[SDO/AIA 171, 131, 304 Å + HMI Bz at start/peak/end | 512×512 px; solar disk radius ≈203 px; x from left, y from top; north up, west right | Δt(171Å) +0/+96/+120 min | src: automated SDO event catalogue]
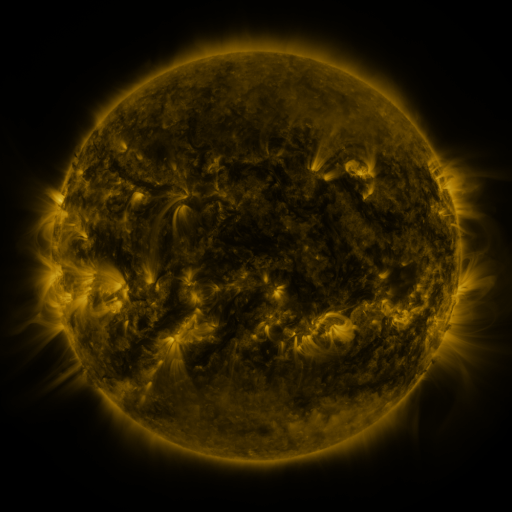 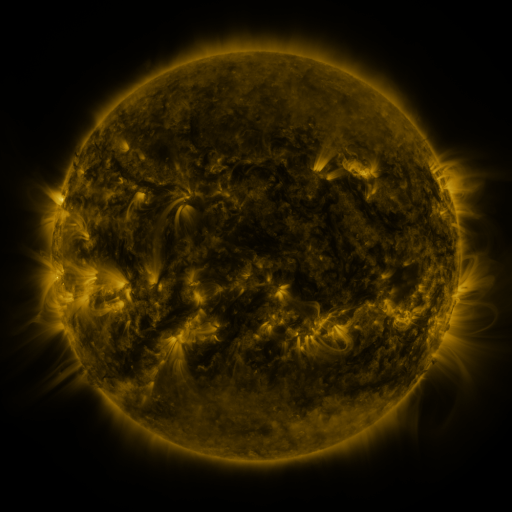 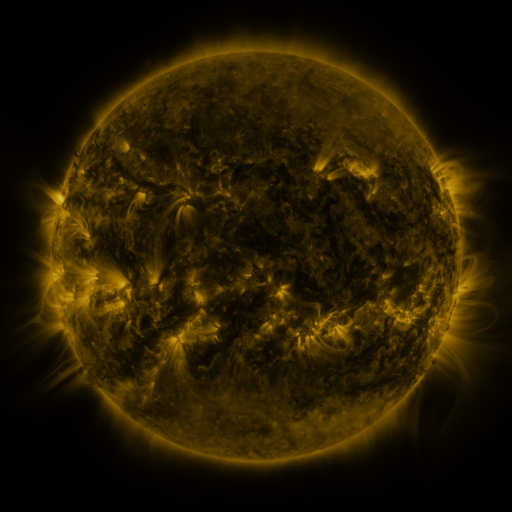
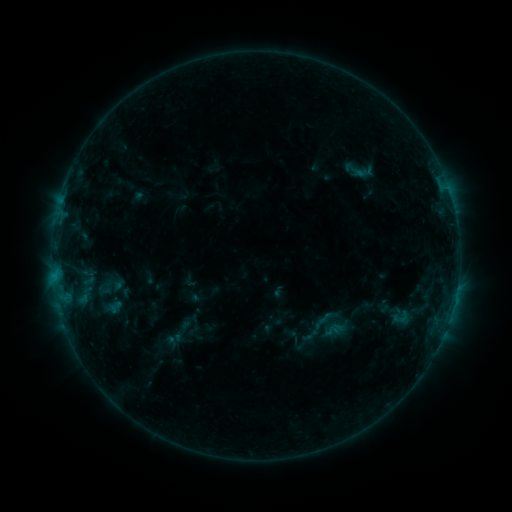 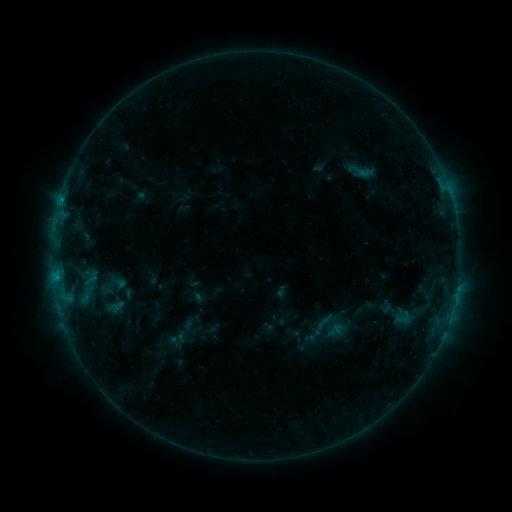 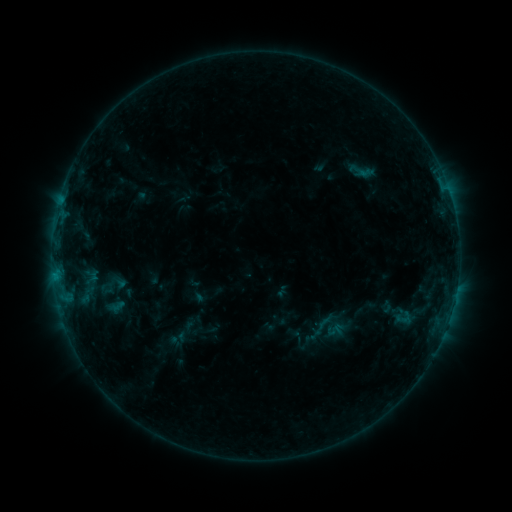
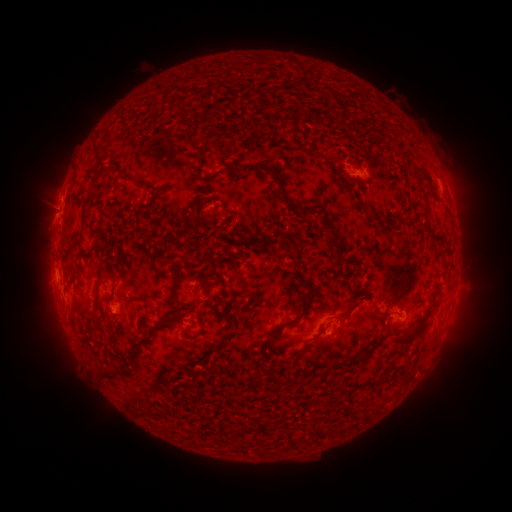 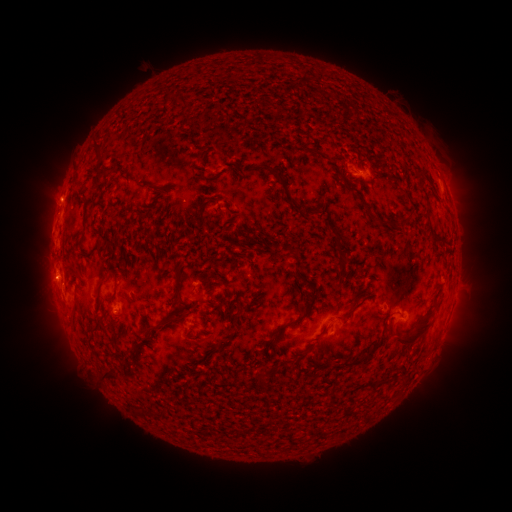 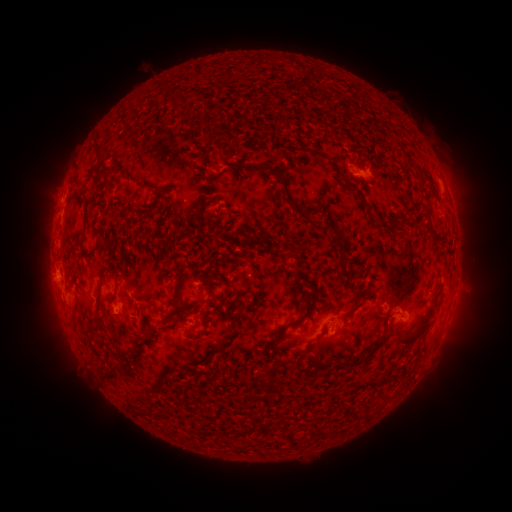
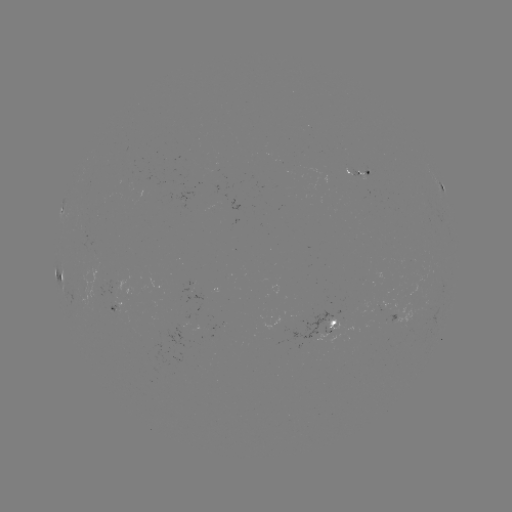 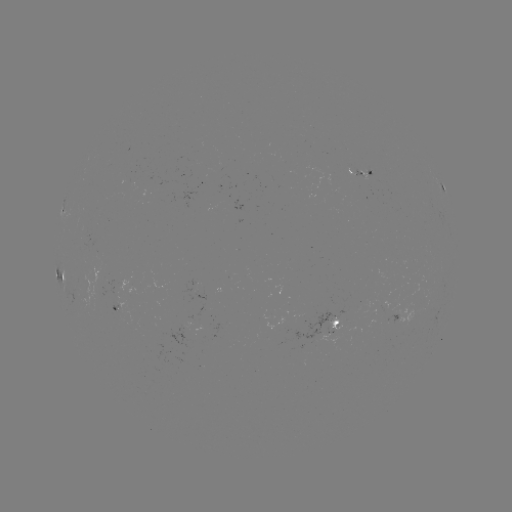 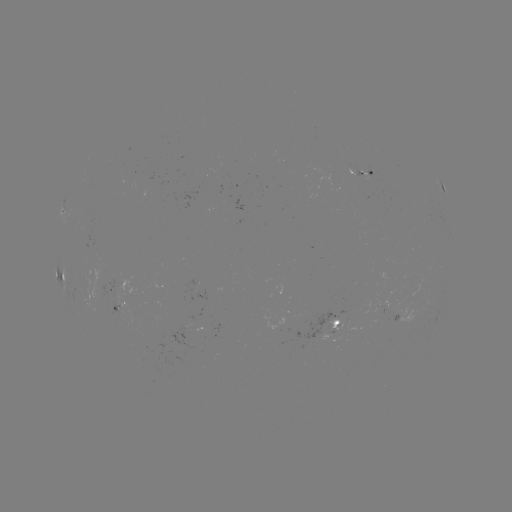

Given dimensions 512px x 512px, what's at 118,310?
emerging-flux region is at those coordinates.